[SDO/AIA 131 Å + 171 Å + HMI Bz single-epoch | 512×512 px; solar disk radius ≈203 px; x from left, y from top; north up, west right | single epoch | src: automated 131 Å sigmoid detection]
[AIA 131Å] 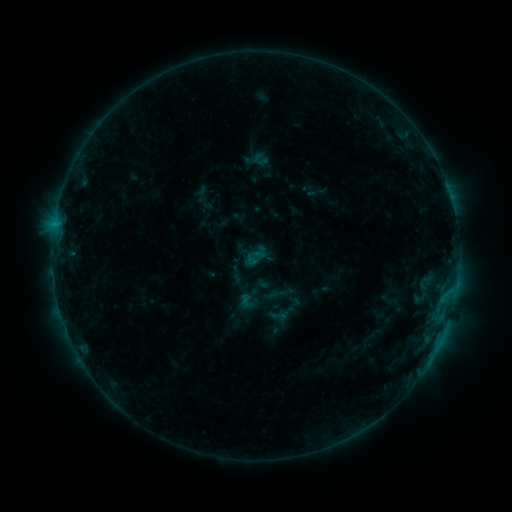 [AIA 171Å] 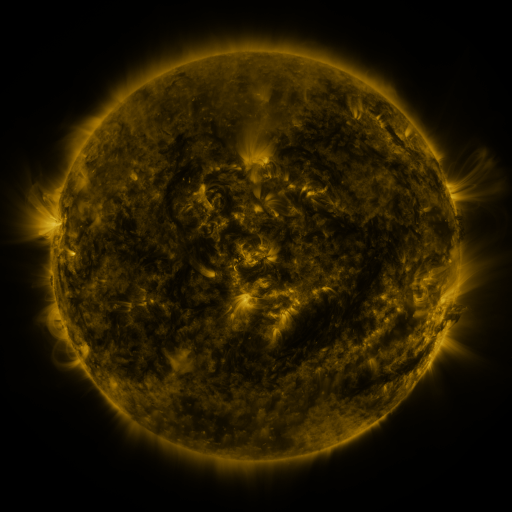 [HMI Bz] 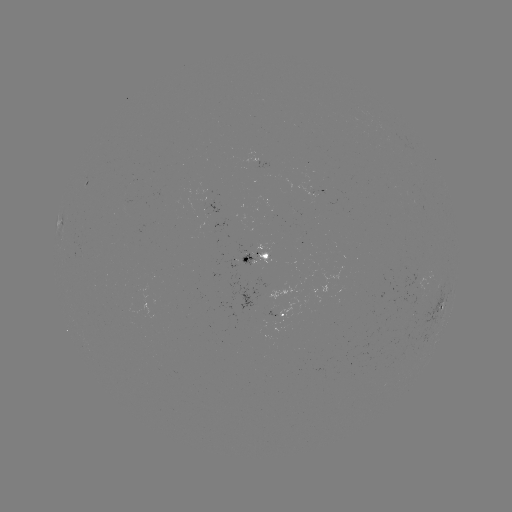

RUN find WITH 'sigmoid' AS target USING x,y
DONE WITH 278,316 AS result